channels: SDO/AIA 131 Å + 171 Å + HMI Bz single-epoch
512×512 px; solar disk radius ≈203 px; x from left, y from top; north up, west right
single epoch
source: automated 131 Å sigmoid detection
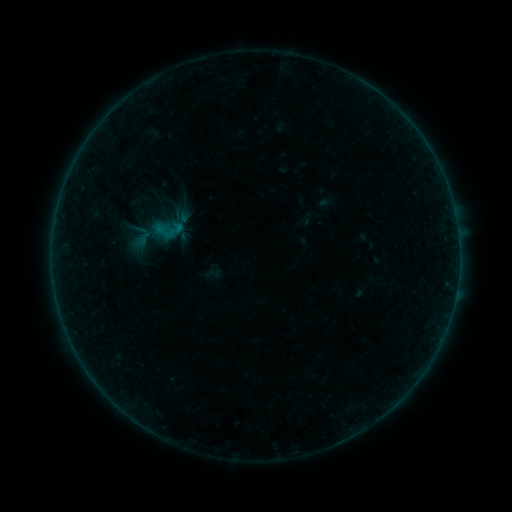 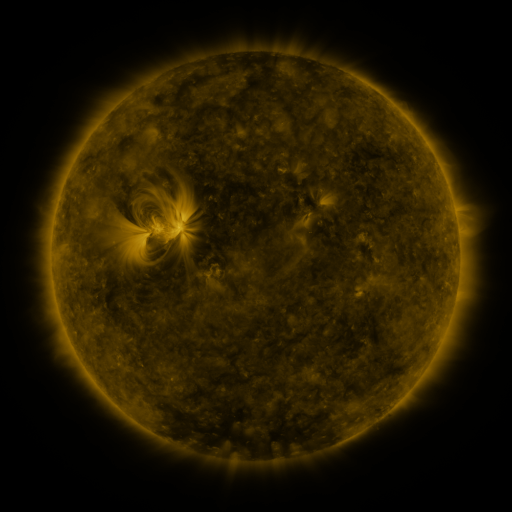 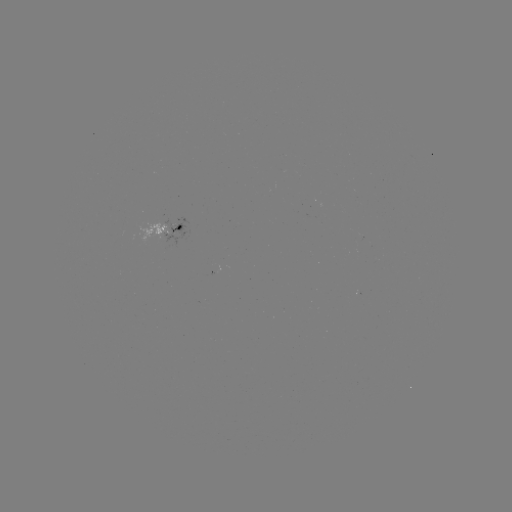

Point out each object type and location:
sigmoid: (129, 224, 154, 248)
